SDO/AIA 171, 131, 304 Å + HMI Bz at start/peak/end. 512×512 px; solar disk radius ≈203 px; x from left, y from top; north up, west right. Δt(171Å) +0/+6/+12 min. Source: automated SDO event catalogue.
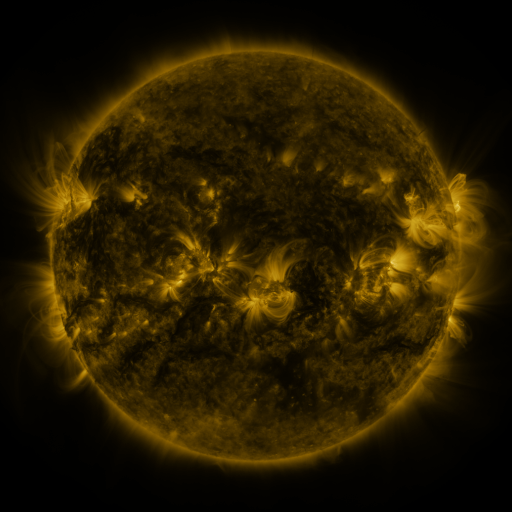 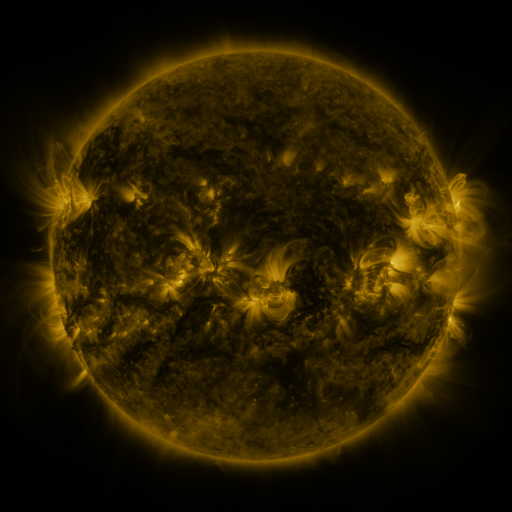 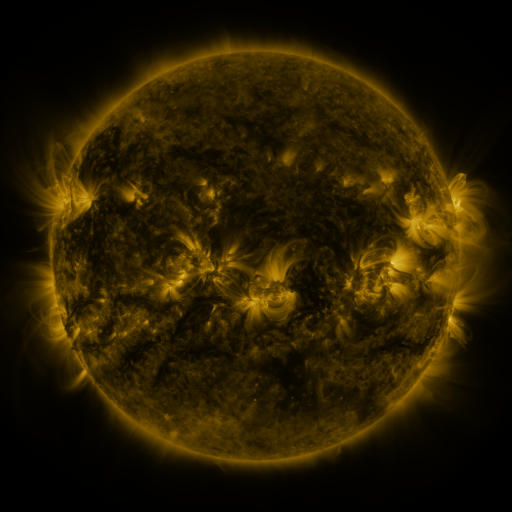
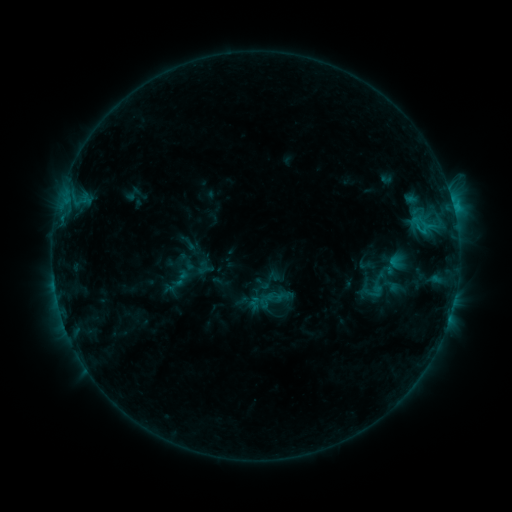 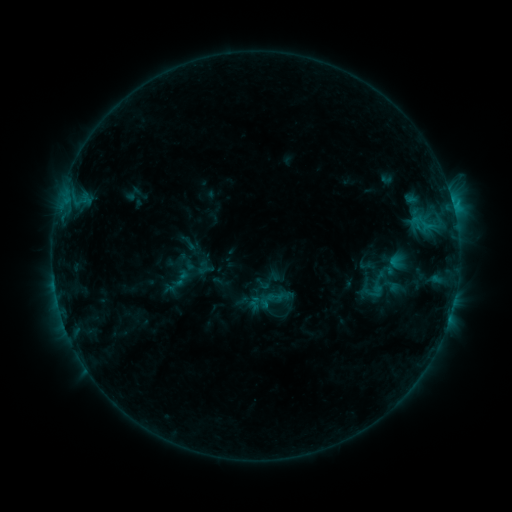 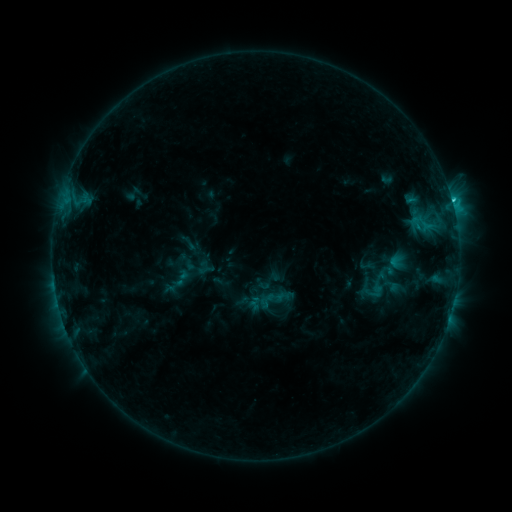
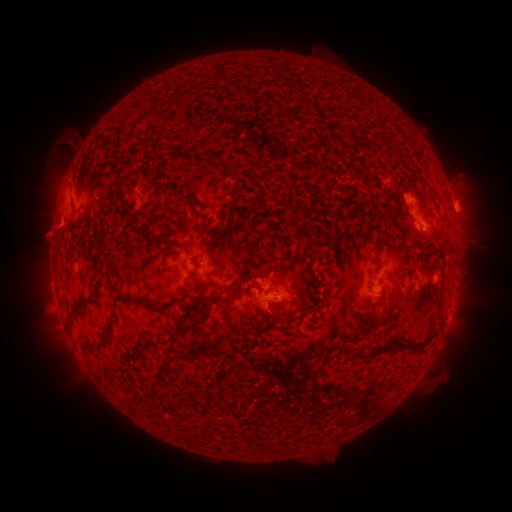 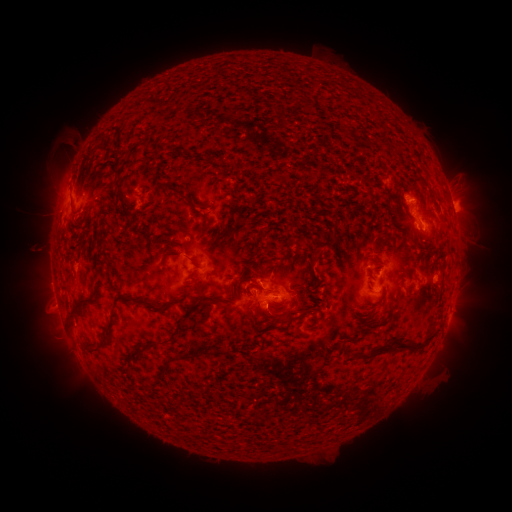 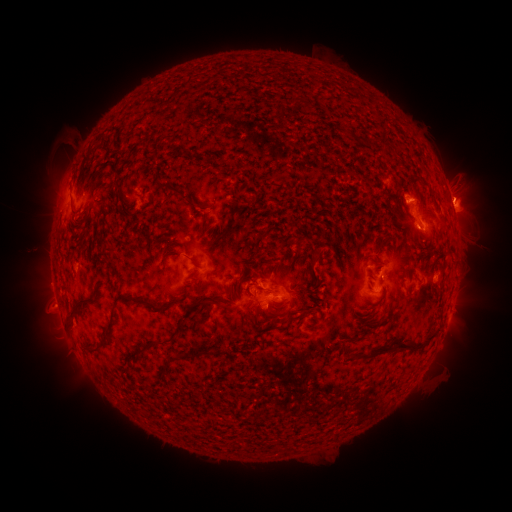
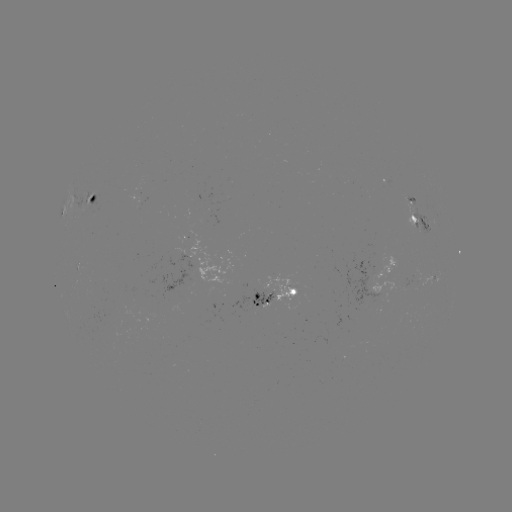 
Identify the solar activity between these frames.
eruption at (466, 191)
